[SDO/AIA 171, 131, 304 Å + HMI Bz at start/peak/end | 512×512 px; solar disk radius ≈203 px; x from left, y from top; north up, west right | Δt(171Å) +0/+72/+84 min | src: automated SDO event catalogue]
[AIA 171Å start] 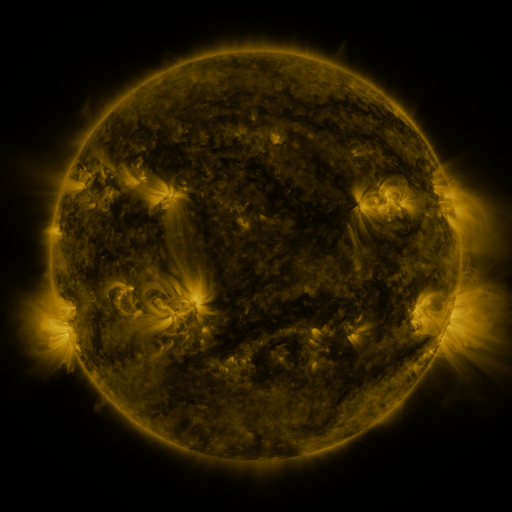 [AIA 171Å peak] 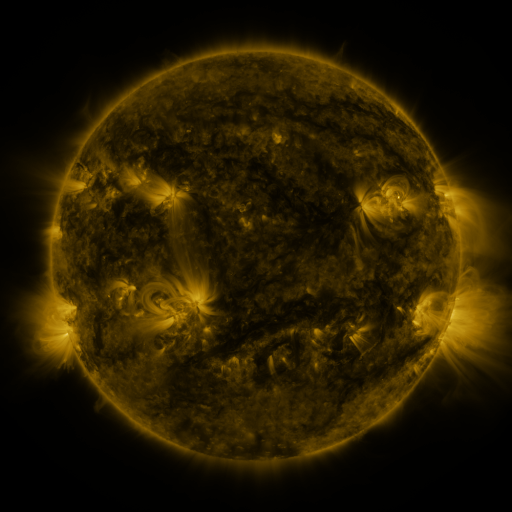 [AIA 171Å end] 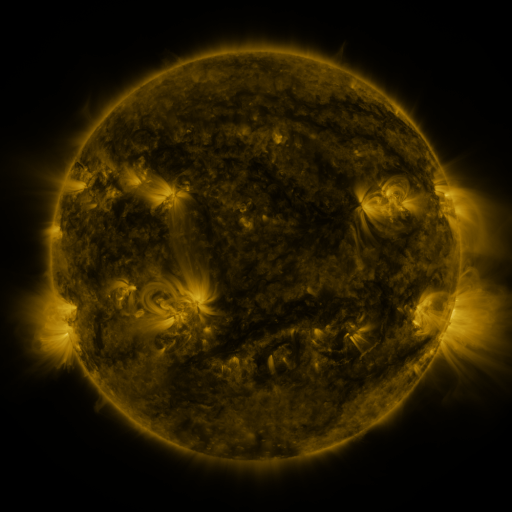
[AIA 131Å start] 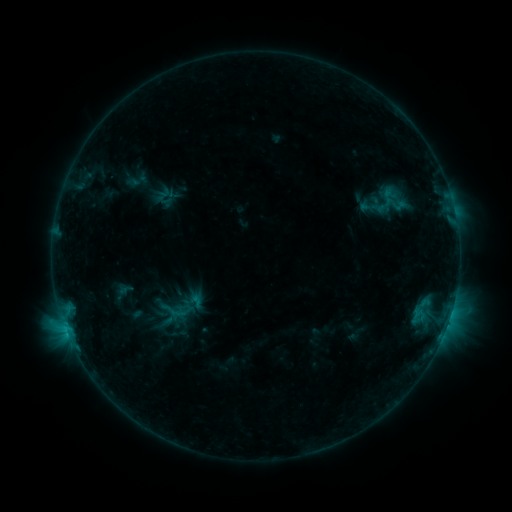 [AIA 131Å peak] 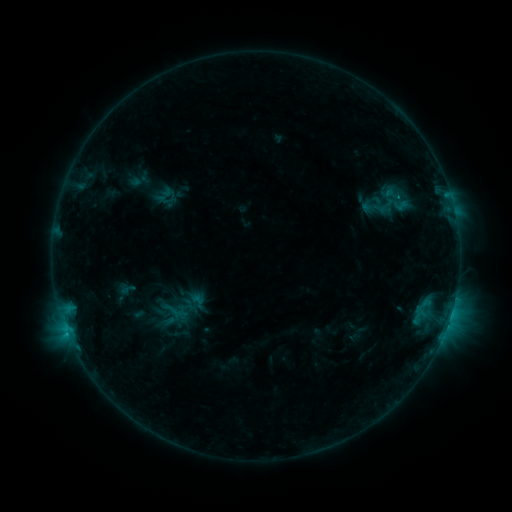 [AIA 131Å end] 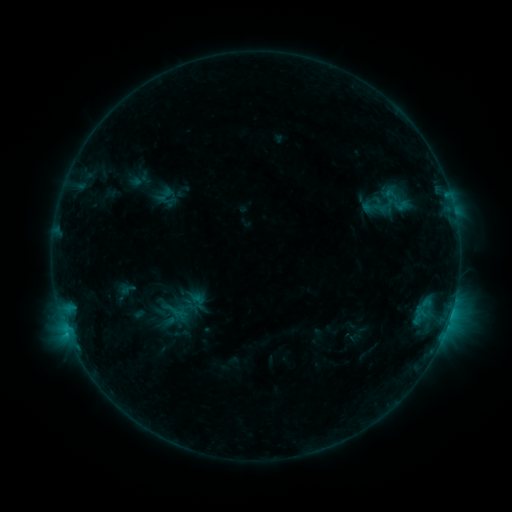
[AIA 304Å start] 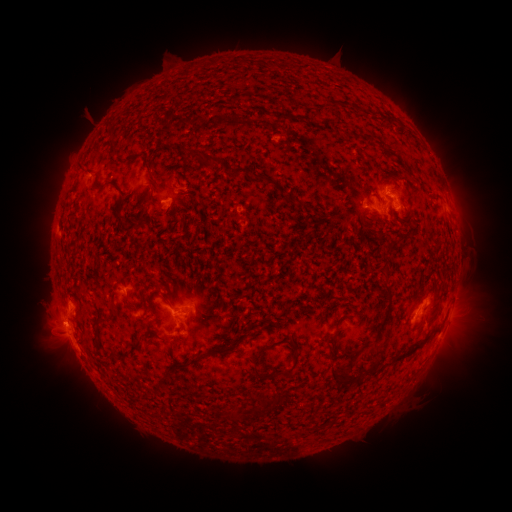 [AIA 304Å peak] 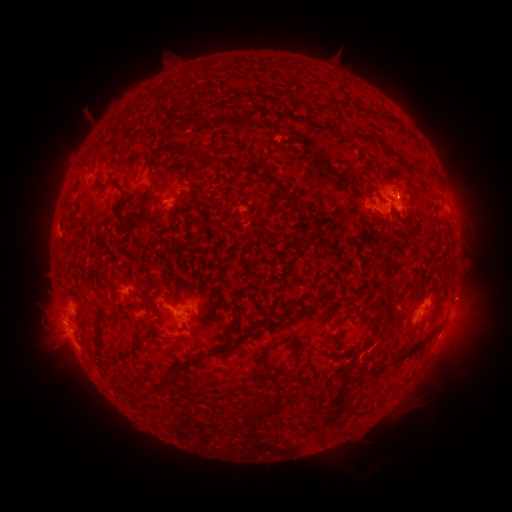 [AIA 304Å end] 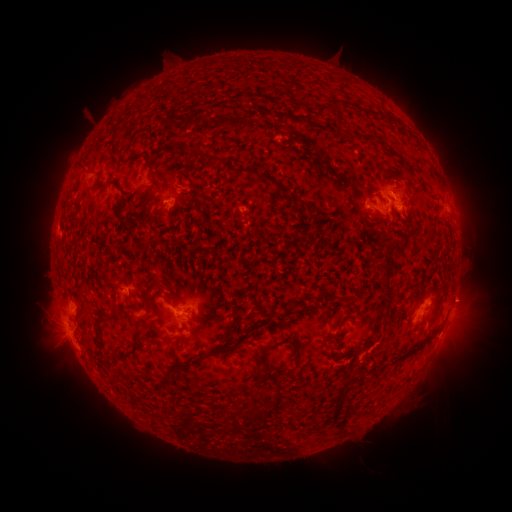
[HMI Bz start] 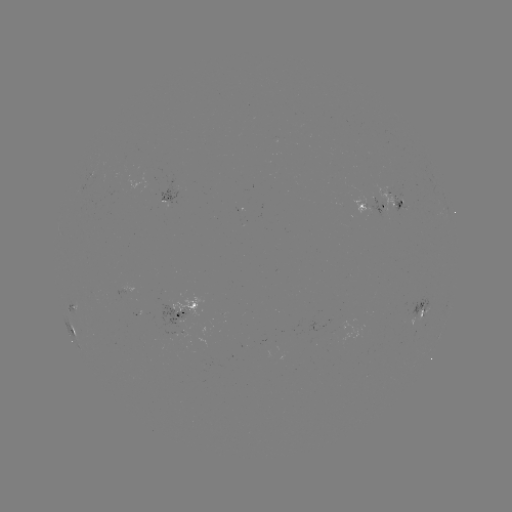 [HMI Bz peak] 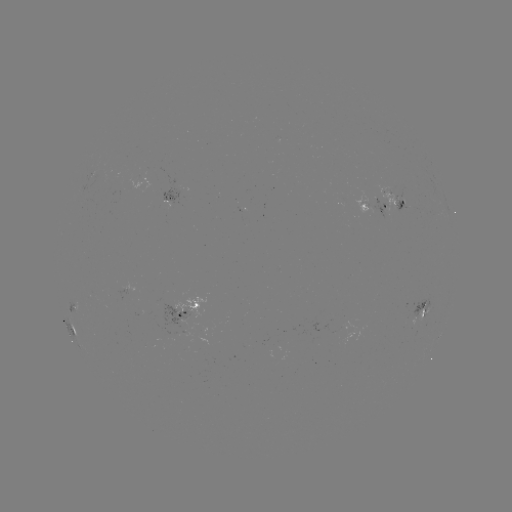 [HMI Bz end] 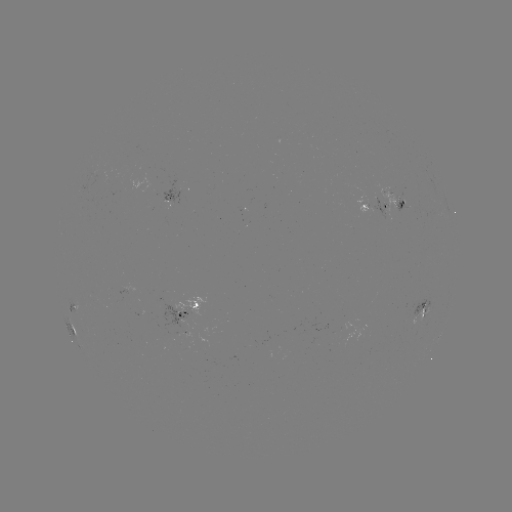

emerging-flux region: (371, 181, 407, 213)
